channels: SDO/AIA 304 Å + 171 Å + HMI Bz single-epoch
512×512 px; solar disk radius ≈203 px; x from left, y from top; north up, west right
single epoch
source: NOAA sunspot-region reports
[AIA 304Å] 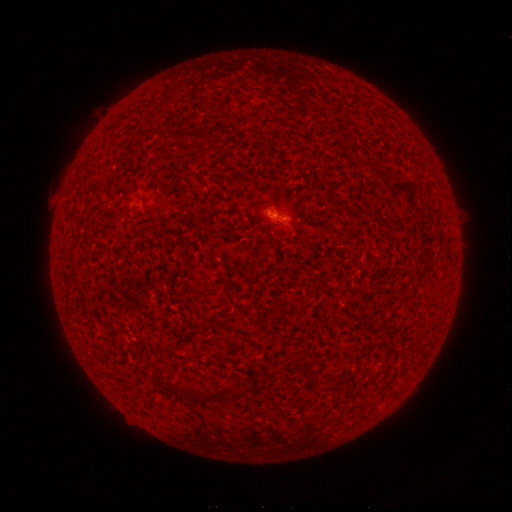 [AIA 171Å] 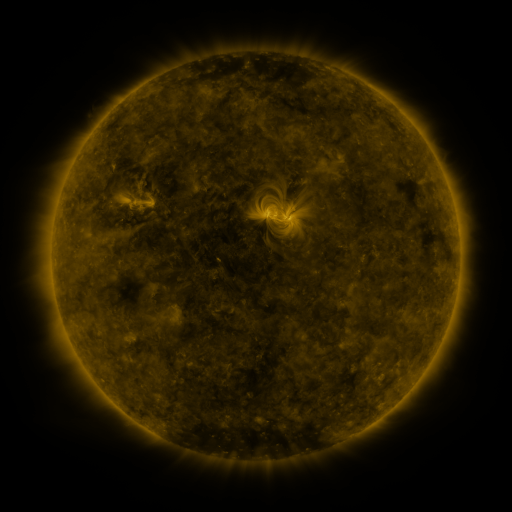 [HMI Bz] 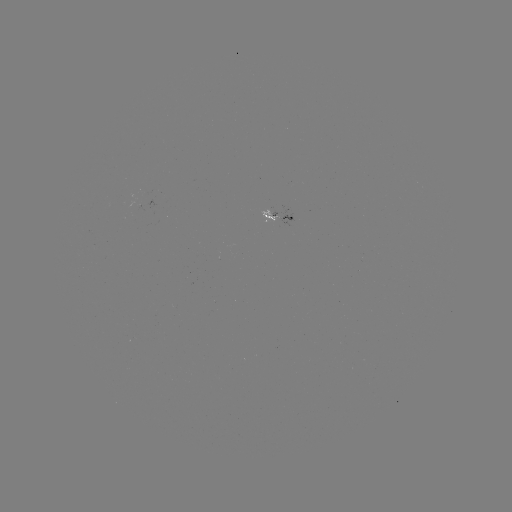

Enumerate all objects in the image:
spotted active region: (280, 215)
